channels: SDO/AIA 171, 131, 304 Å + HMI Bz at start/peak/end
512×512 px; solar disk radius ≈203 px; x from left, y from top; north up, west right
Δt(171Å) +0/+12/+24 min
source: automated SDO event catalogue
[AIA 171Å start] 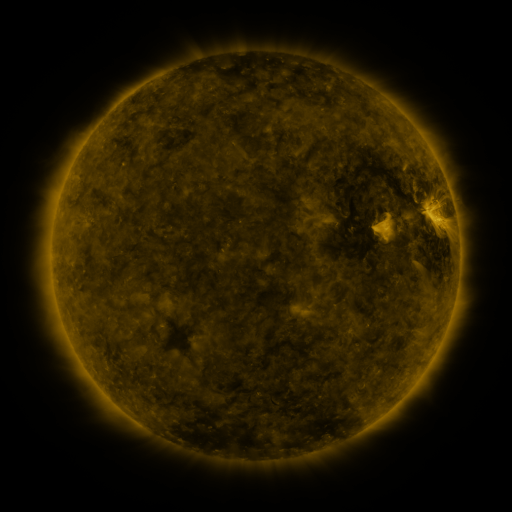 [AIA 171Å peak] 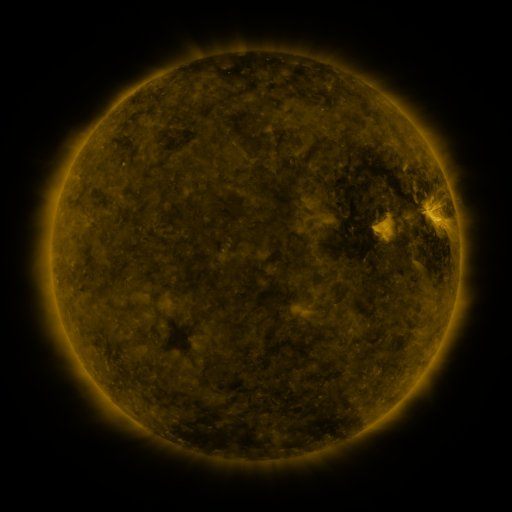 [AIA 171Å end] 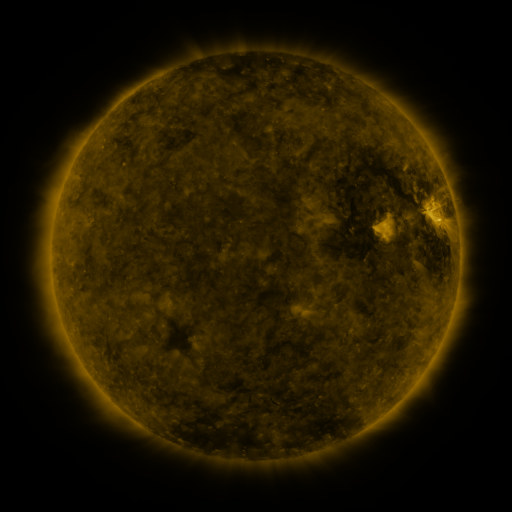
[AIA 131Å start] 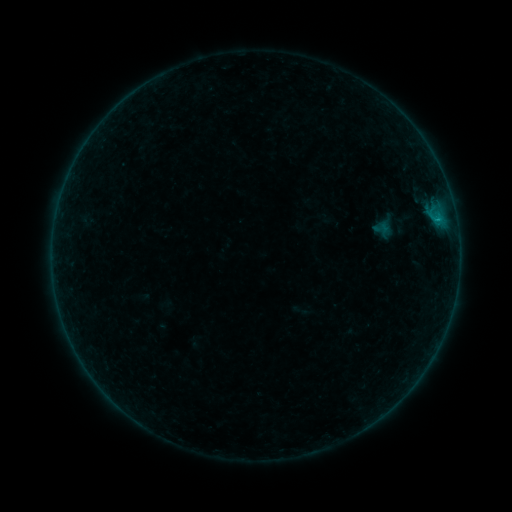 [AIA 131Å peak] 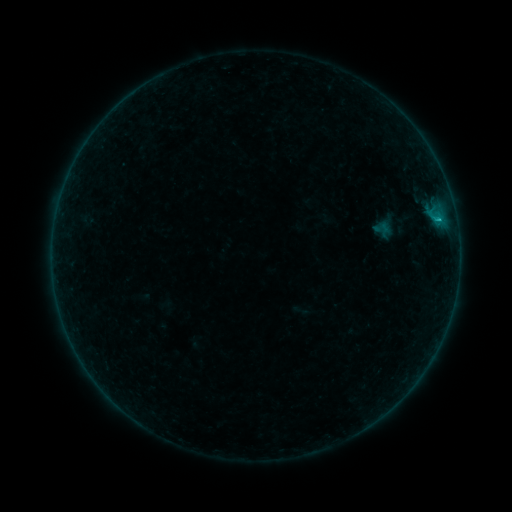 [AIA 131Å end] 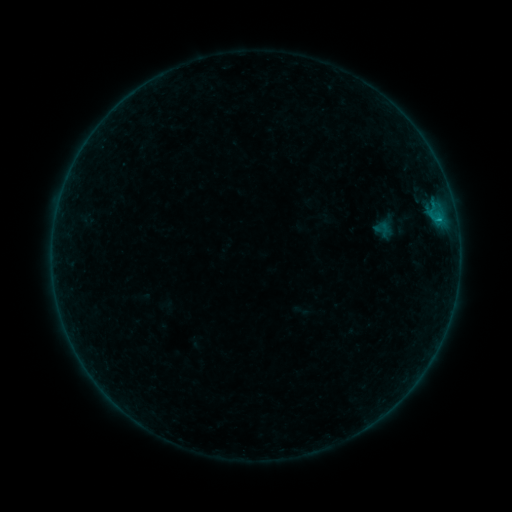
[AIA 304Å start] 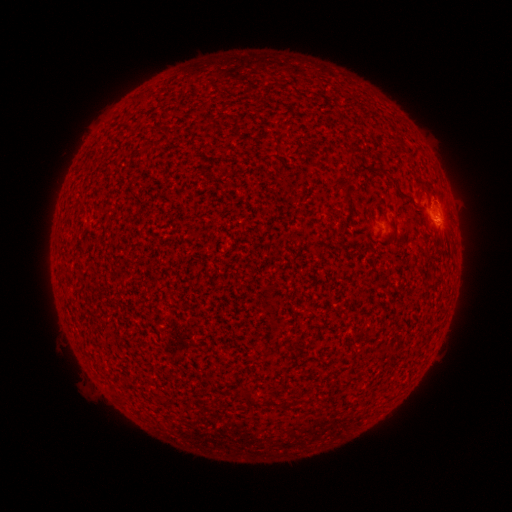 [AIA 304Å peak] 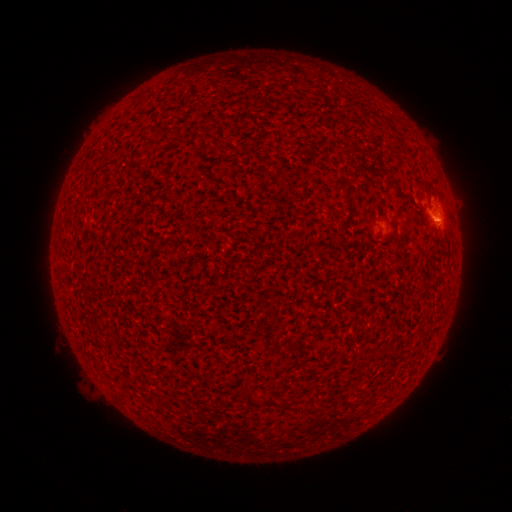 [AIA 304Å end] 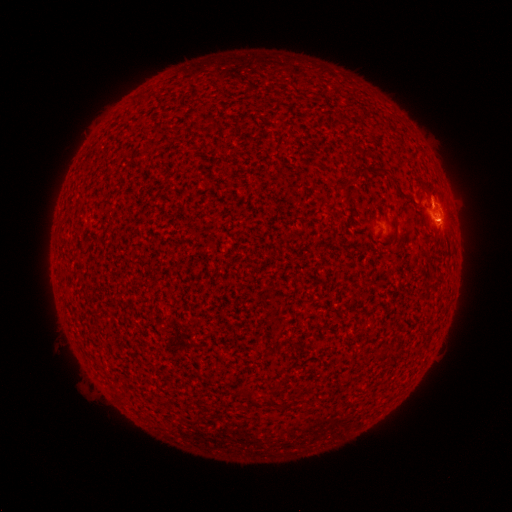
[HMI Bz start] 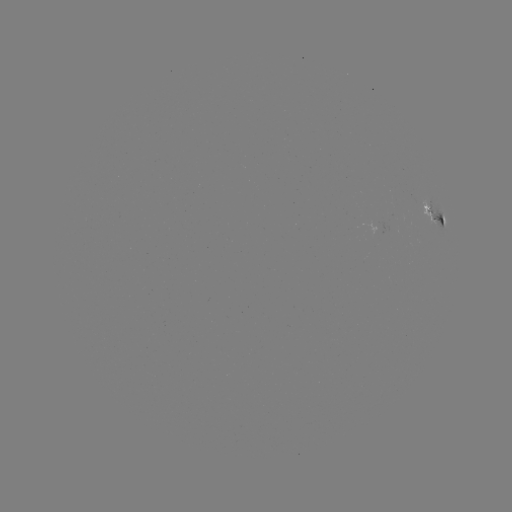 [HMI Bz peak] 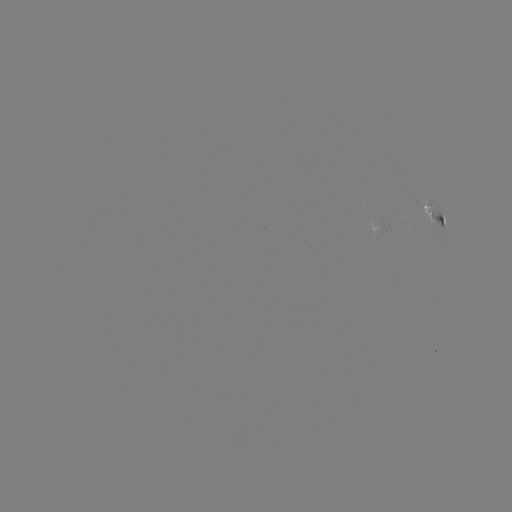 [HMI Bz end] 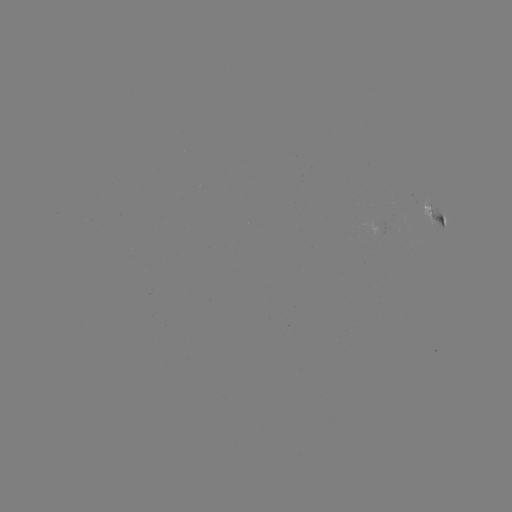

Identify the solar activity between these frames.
B3.2 flare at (439, 221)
